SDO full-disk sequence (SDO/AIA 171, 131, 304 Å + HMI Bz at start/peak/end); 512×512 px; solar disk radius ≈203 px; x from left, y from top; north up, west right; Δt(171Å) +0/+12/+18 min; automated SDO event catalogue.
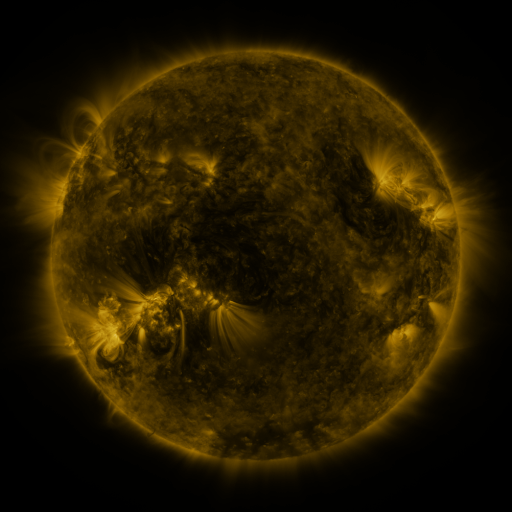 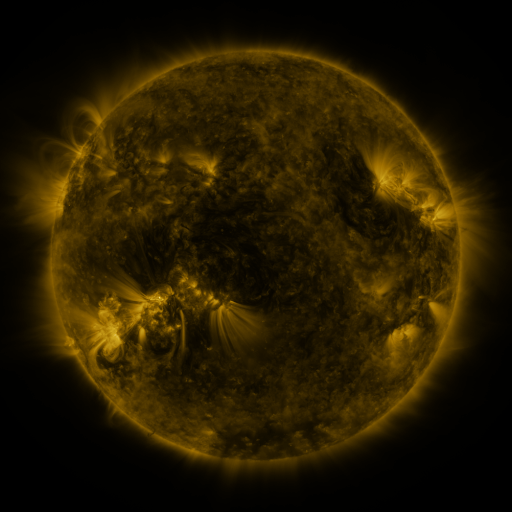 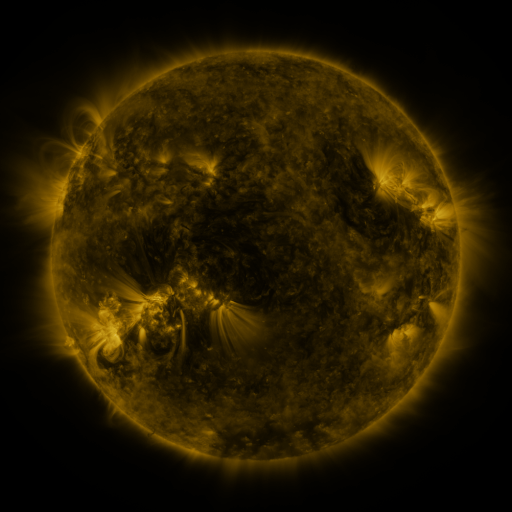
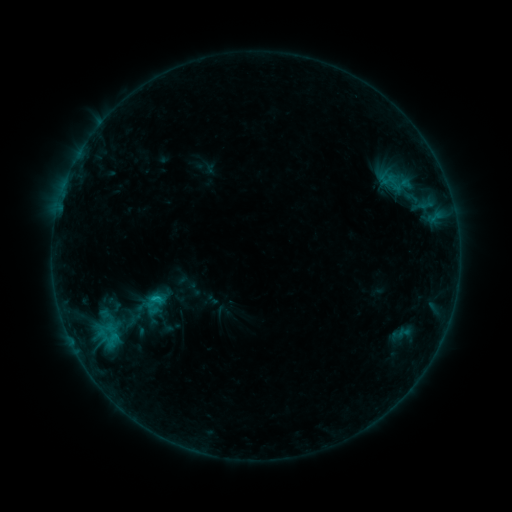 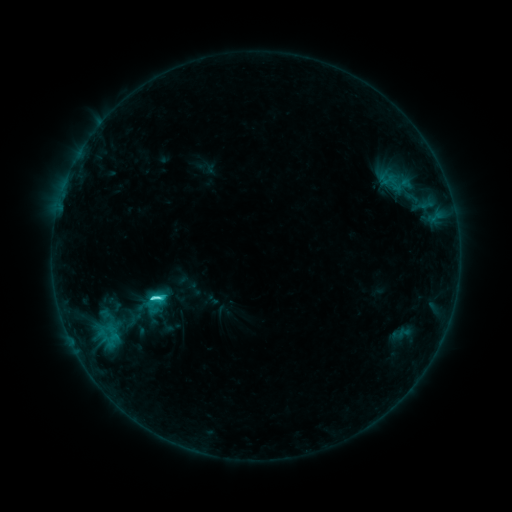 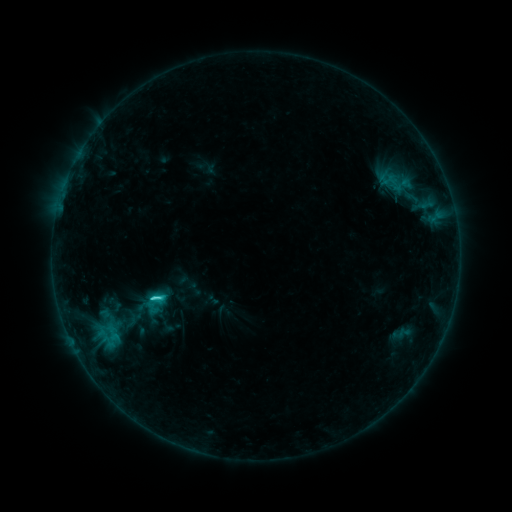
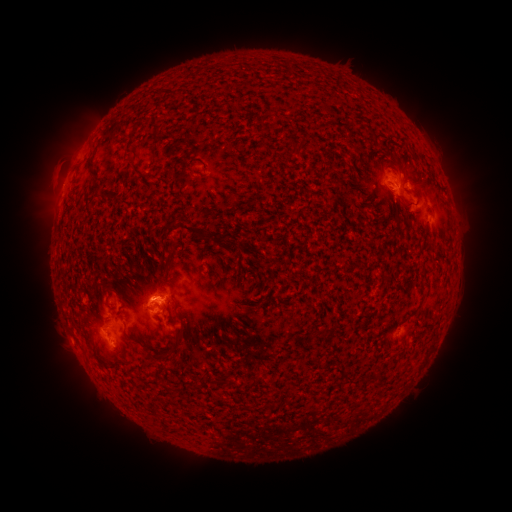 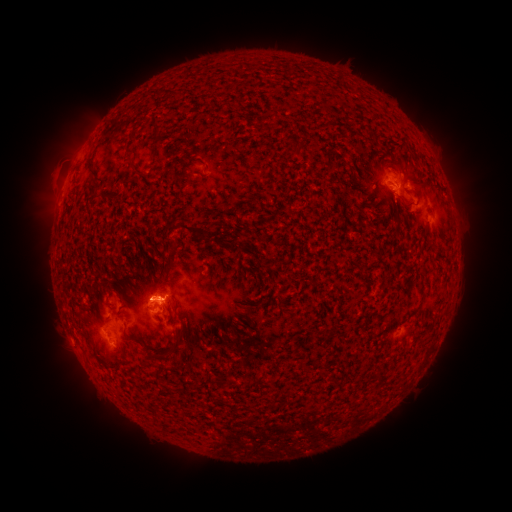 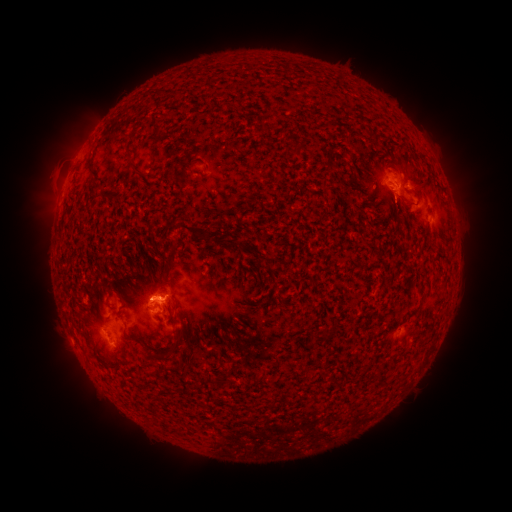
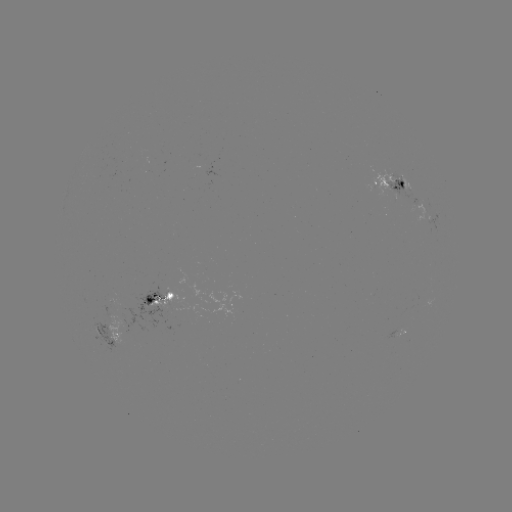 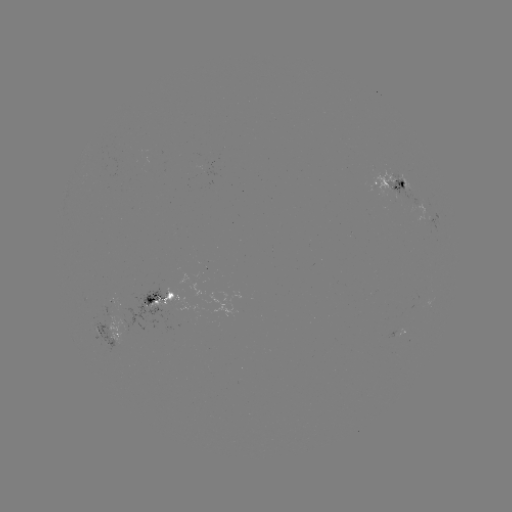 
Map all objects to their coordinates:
C2.7 flare: (157, 297)
